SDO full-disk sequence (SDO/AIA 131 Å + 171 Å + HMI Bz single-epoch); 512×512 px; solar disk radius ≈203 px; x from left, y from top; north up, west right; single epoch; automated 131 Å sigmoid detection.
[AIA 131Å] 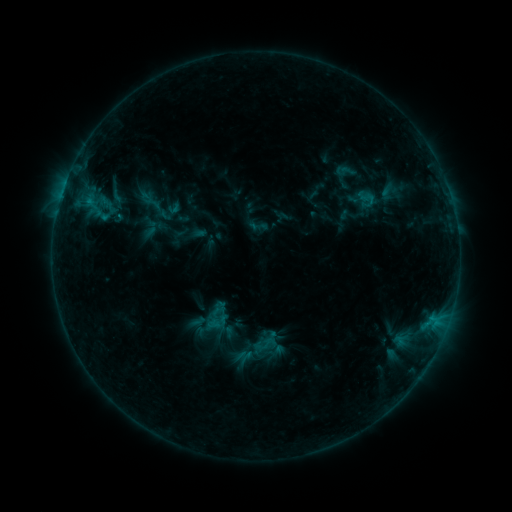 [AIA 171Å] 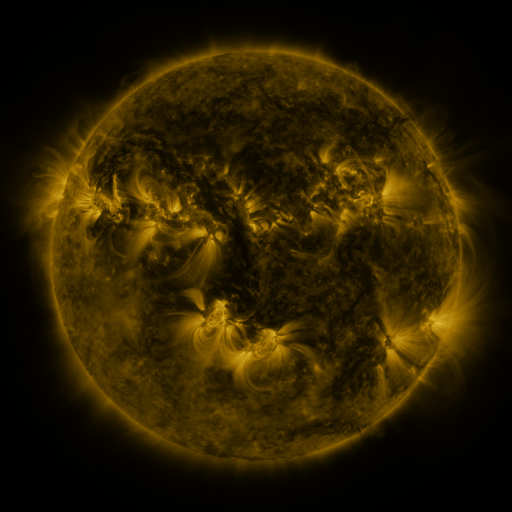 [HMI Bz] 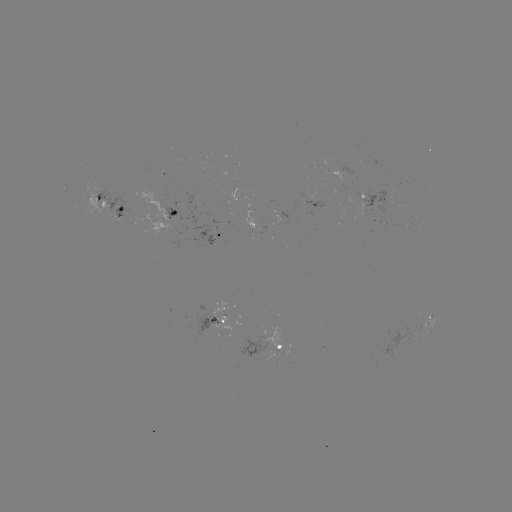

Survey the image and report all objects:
sigmoid: (356, 190, 379, 207)
sigmoid: (259, 334, 276, 351)
